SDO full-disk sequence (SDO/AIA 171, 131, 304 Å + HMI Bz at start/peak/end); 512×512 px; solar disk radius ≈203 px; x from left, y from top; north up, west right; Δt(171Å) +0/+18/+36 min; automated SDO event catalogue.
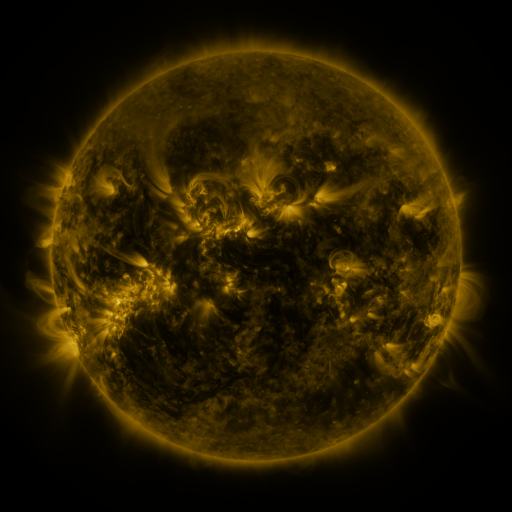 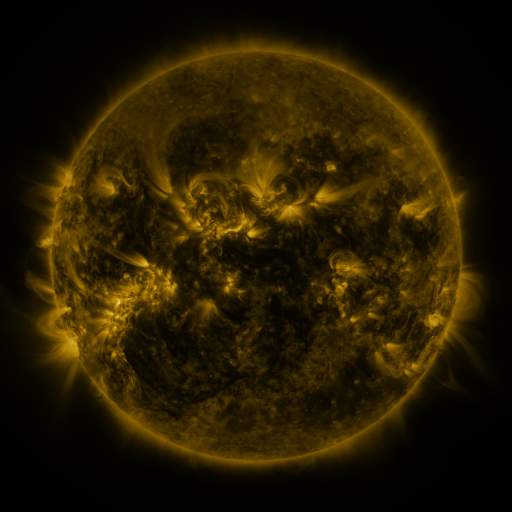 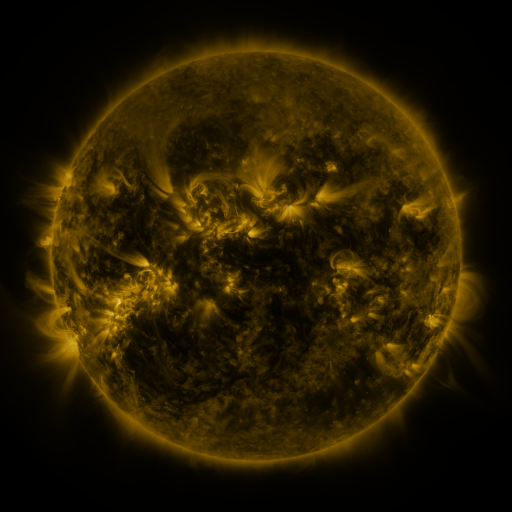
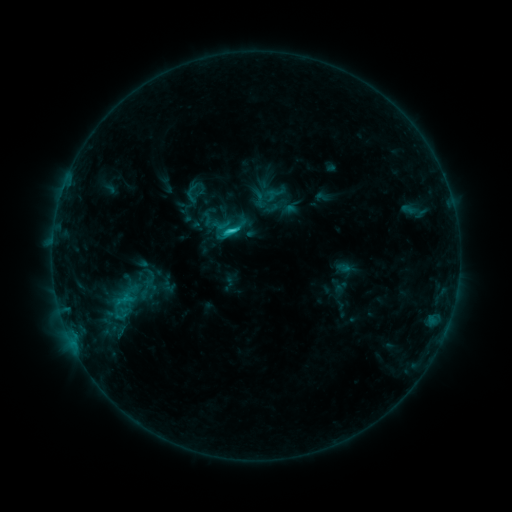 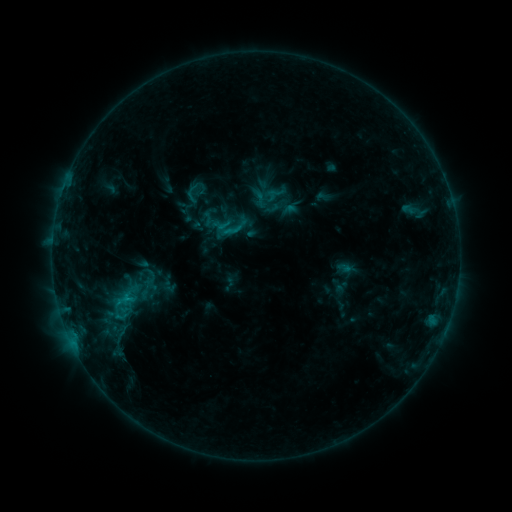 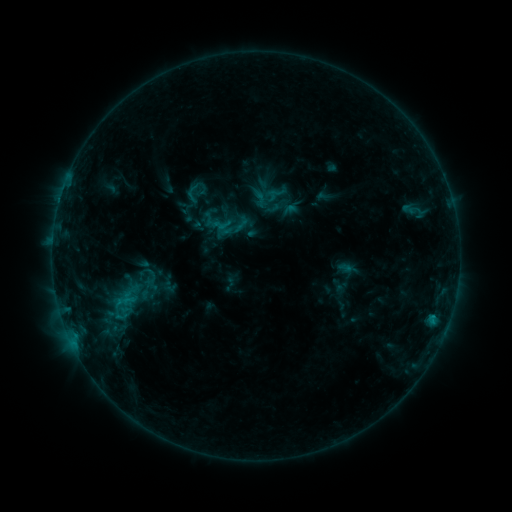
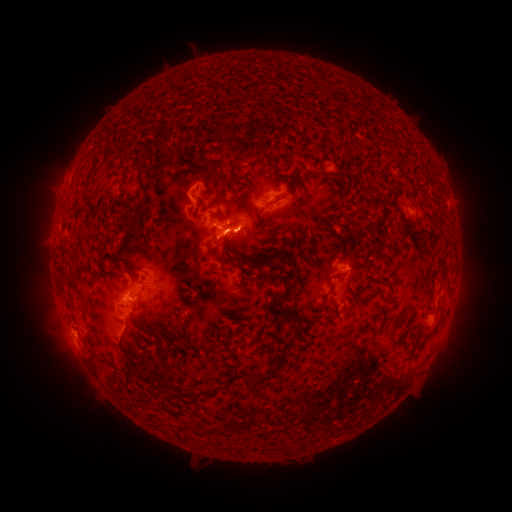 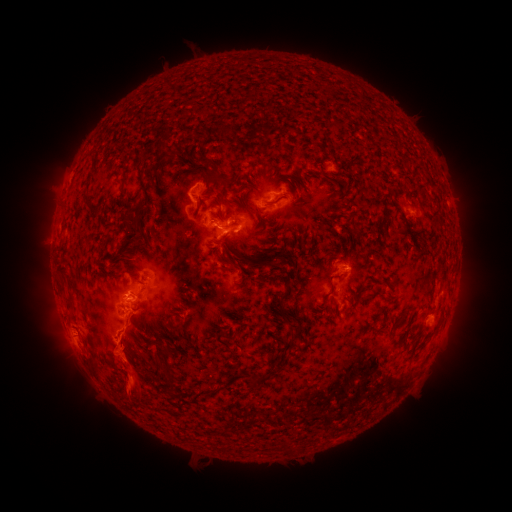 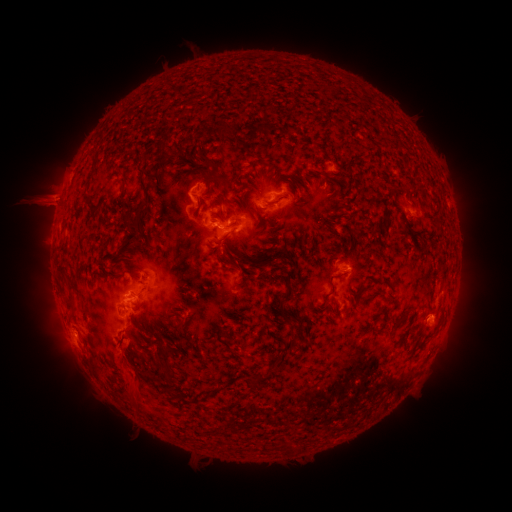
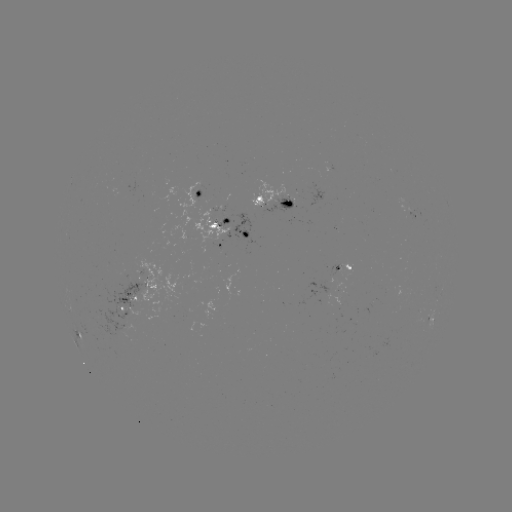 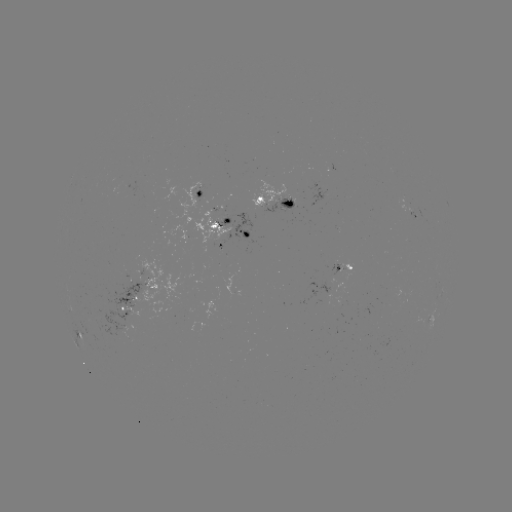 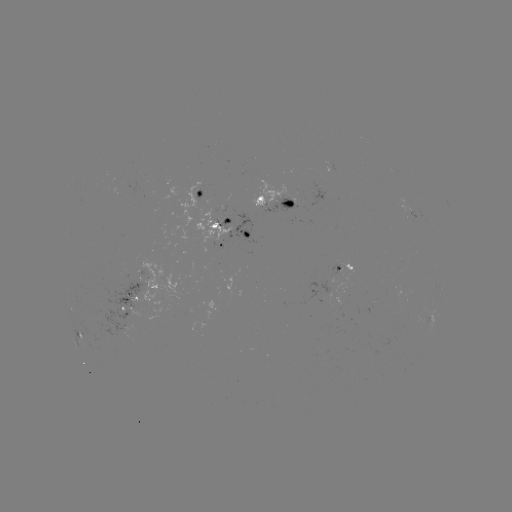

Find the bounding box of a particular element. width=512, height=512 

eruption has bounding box [96, 320, 160, 415].